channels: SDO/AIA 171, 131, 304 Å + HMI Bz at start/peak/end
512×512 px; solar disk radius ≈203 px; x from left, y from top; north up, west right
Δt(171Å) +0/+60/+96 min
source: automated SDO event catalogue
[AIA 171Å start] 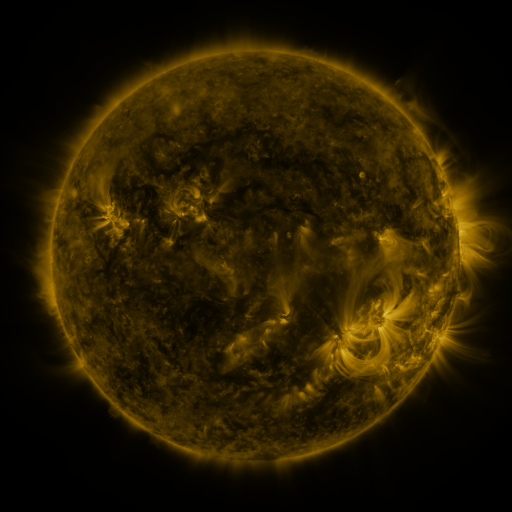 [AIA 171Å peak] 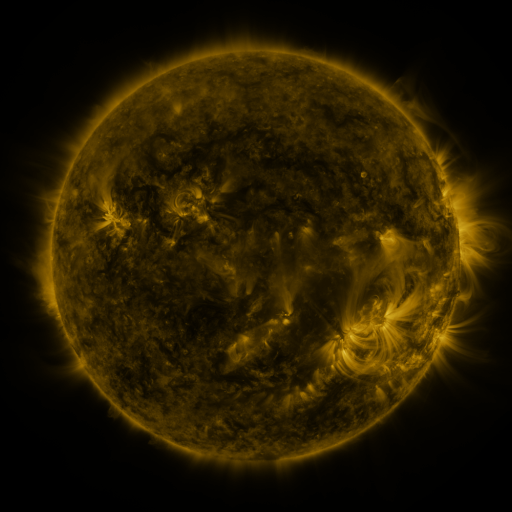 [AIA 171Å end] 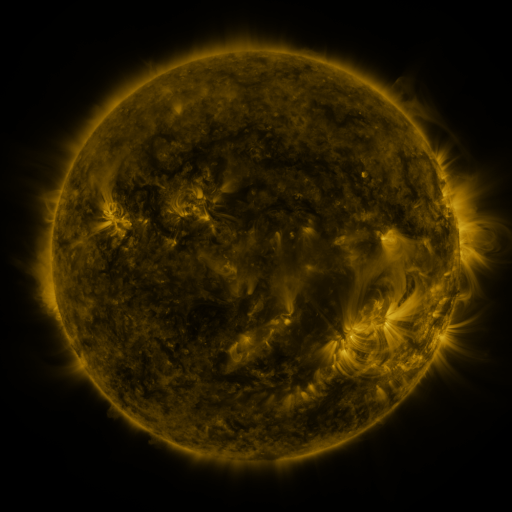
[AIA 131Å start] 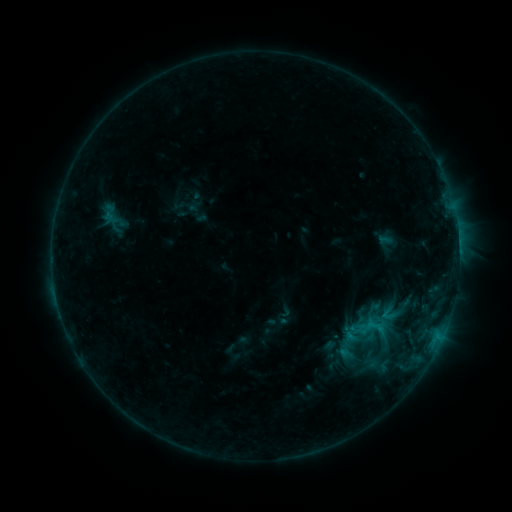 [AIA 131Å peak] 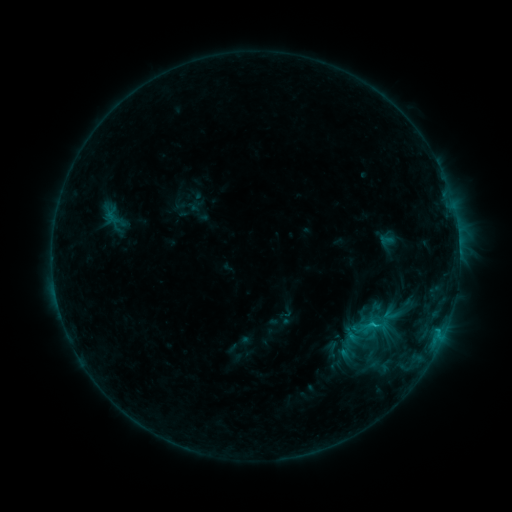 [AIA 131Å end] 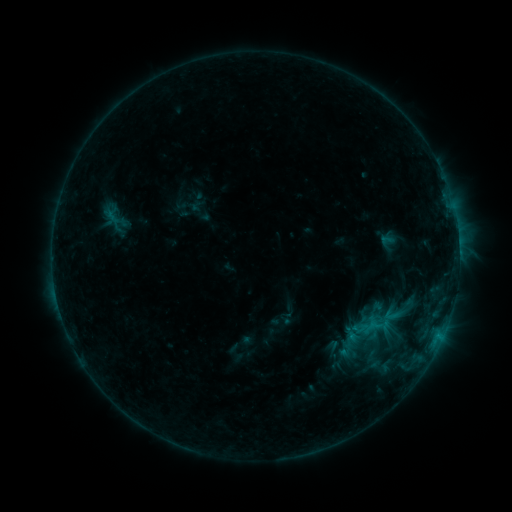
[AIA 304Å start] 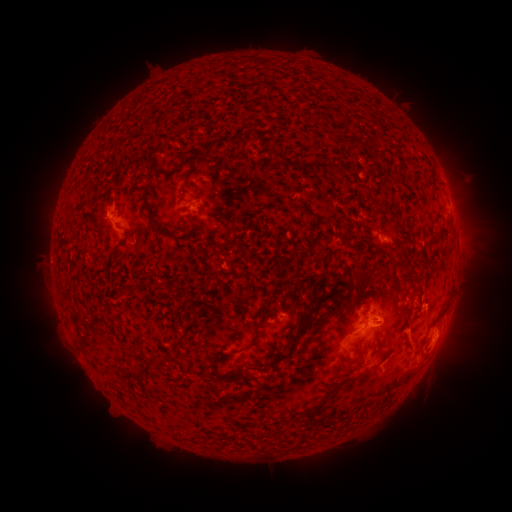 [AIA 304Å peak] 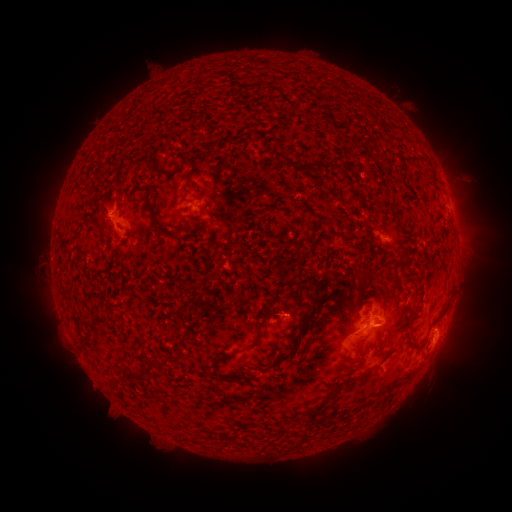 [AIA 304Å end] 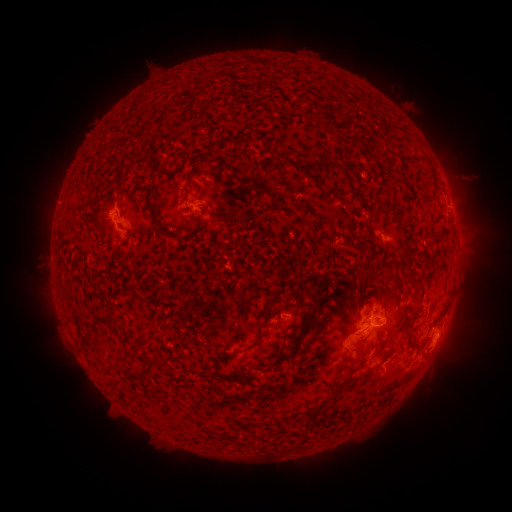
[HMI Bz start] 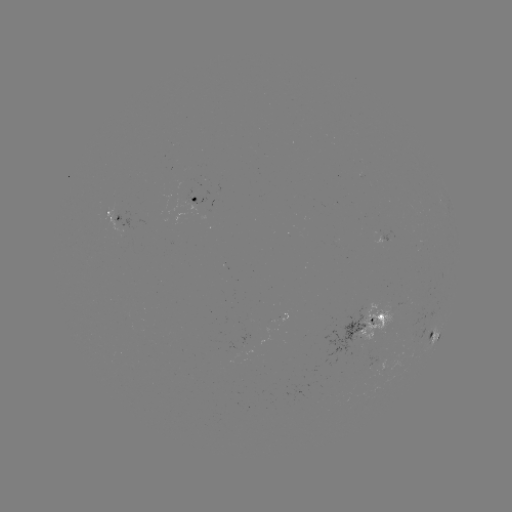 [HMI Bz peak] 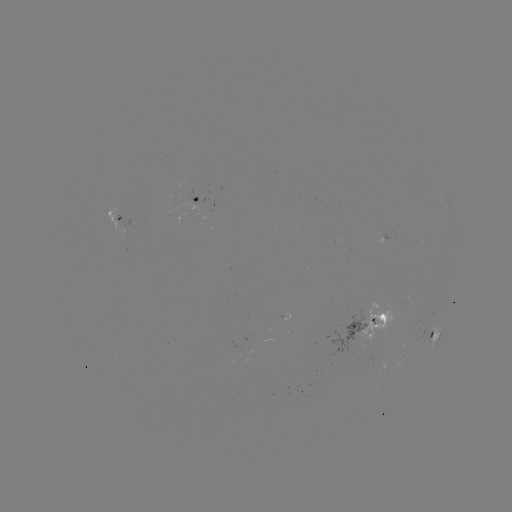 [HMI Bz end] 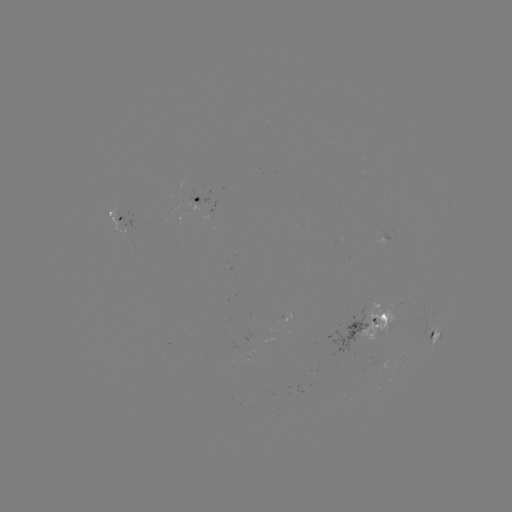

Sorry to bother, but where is emerging-flux region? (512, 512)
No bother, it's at [243, 347].